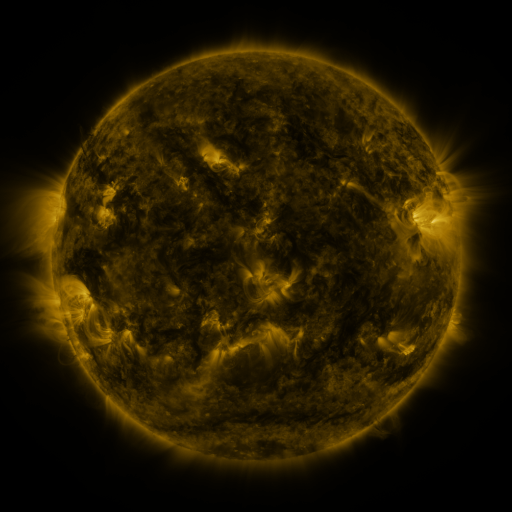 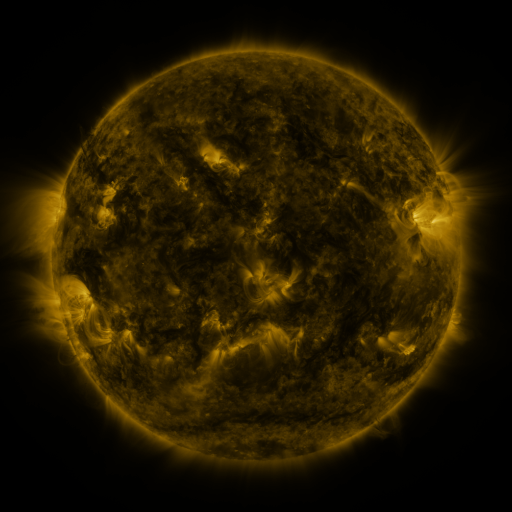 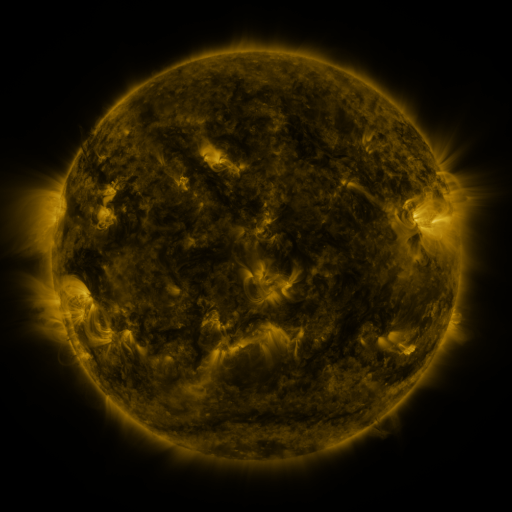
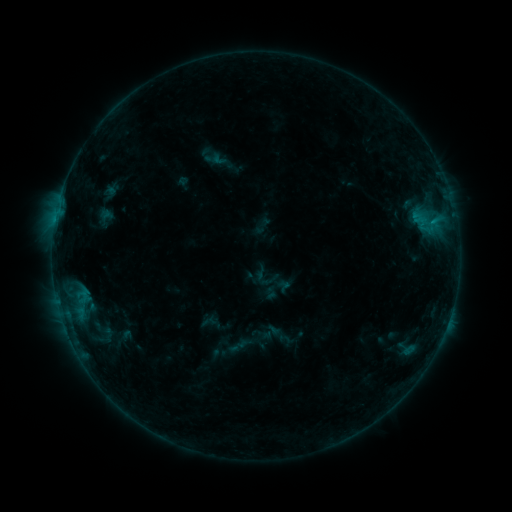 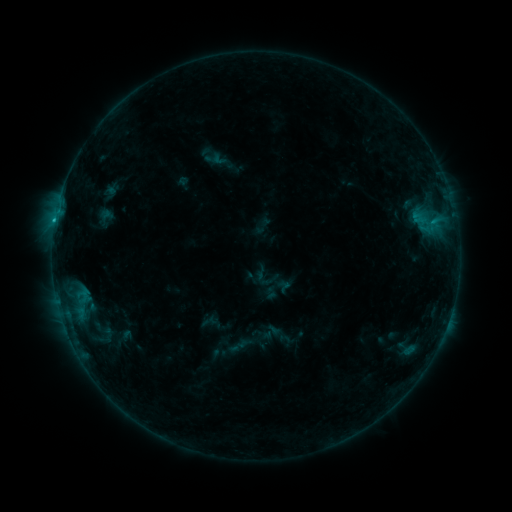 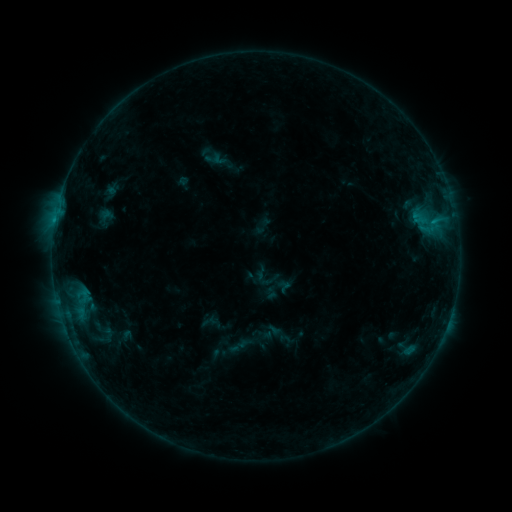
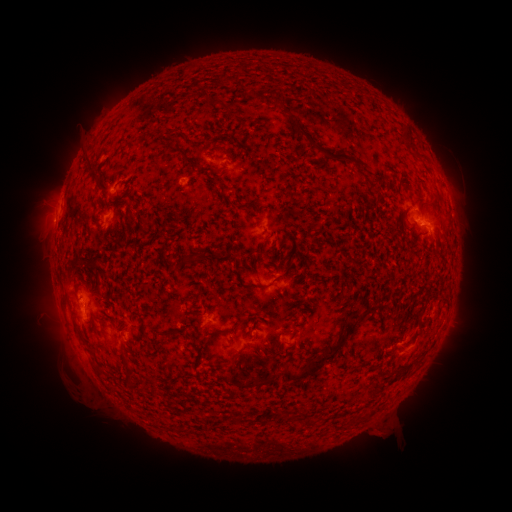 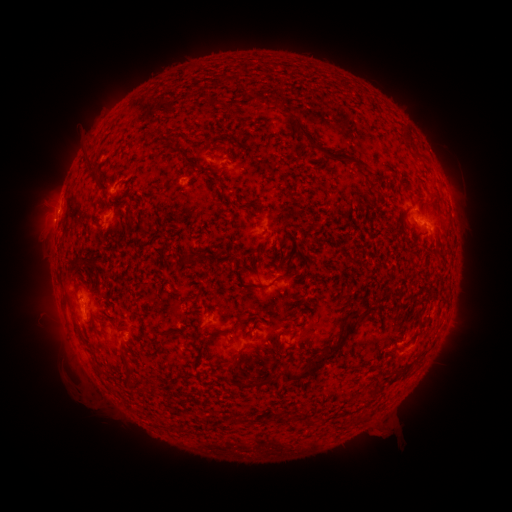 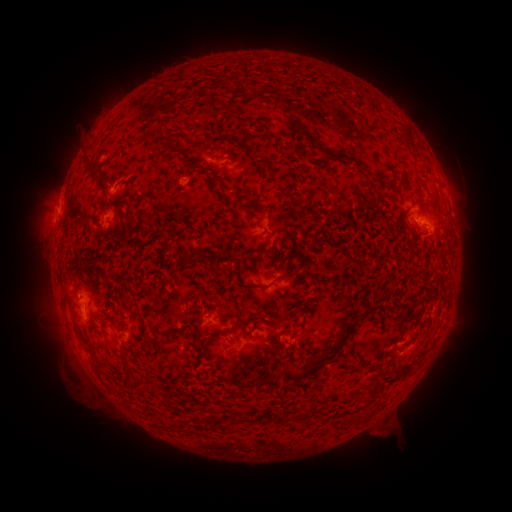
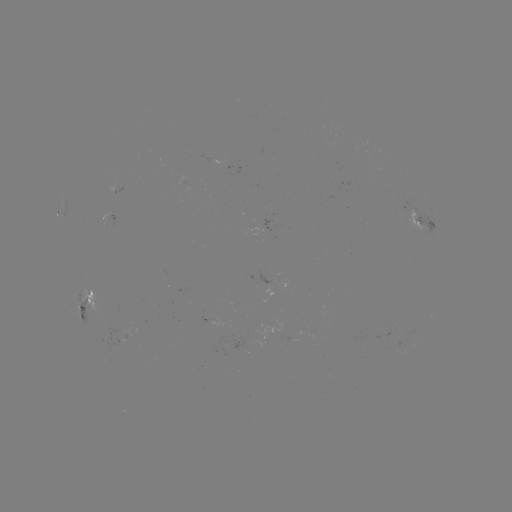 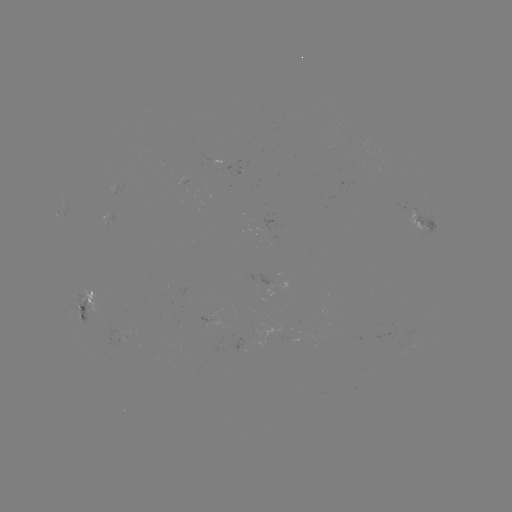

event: flare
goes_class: B4.9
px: (55, 223)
